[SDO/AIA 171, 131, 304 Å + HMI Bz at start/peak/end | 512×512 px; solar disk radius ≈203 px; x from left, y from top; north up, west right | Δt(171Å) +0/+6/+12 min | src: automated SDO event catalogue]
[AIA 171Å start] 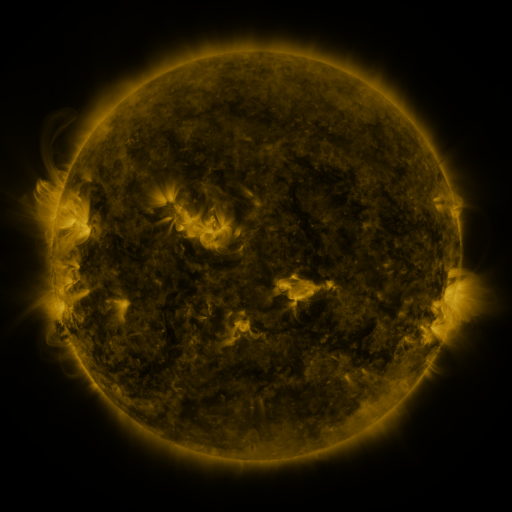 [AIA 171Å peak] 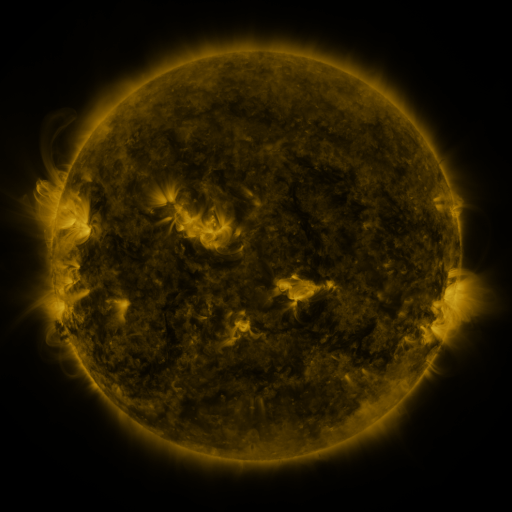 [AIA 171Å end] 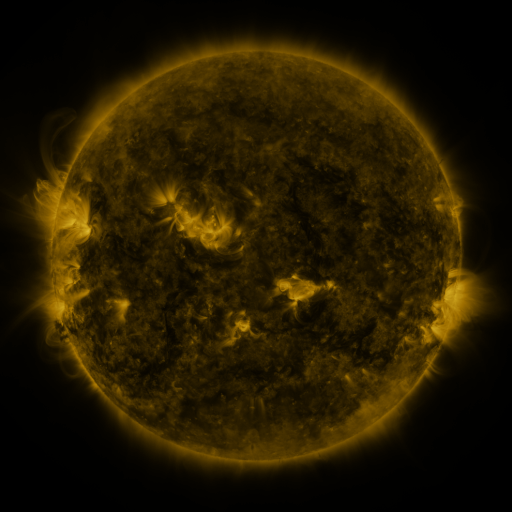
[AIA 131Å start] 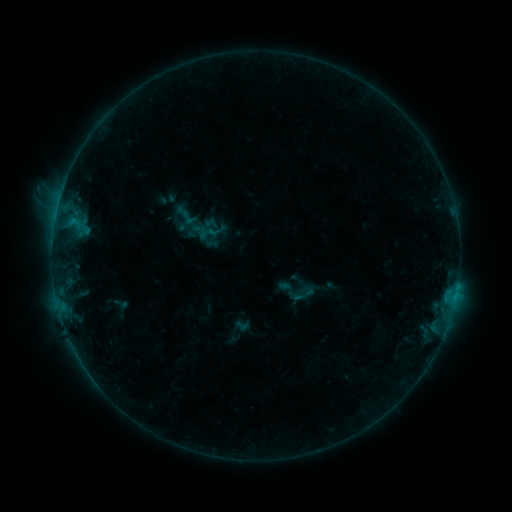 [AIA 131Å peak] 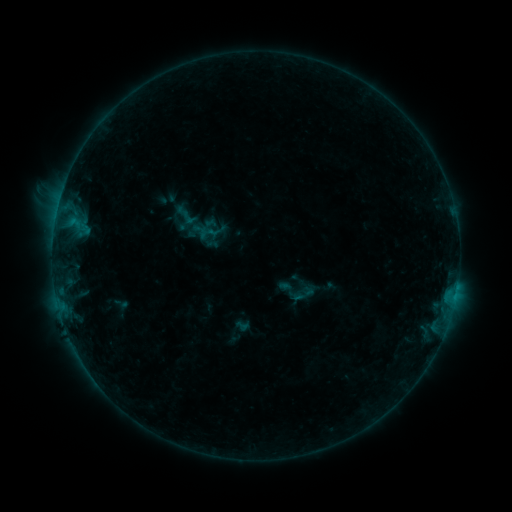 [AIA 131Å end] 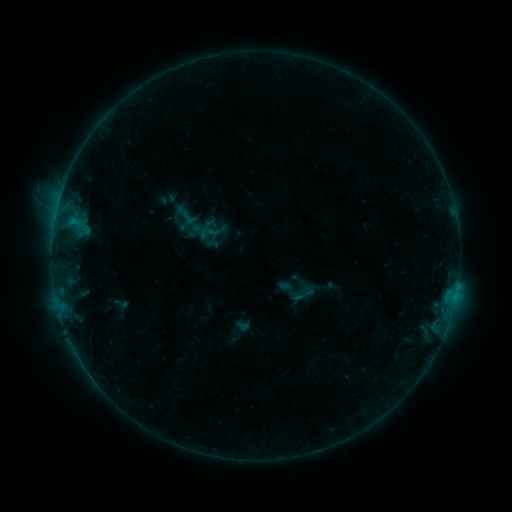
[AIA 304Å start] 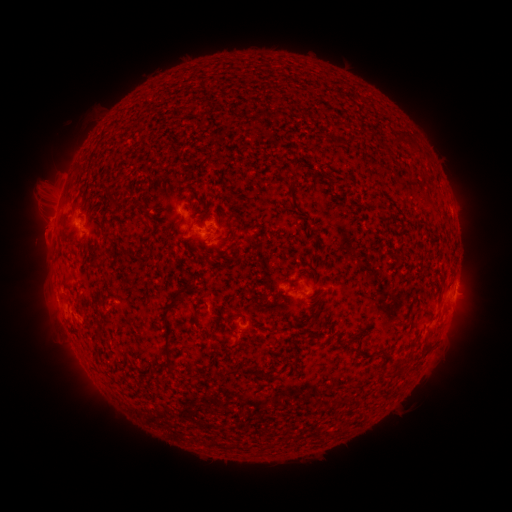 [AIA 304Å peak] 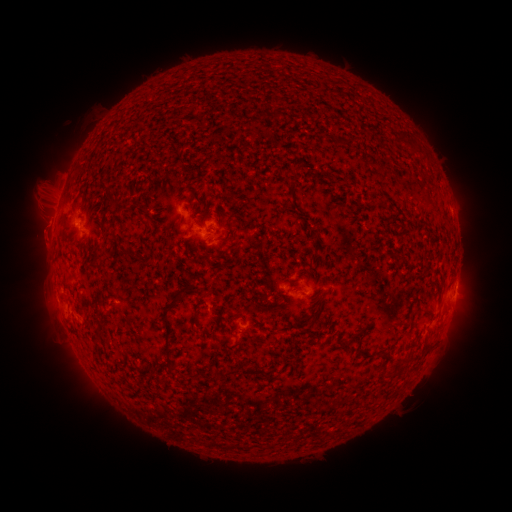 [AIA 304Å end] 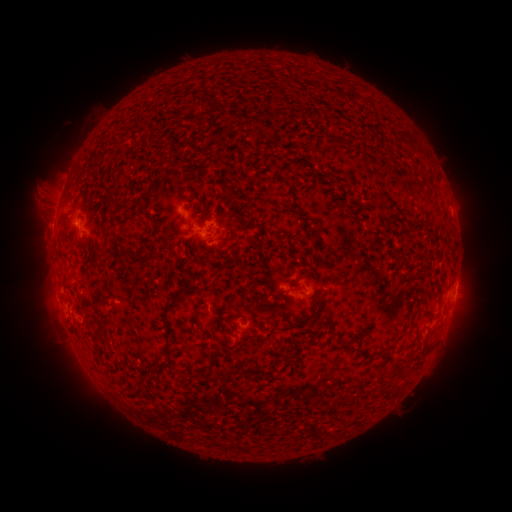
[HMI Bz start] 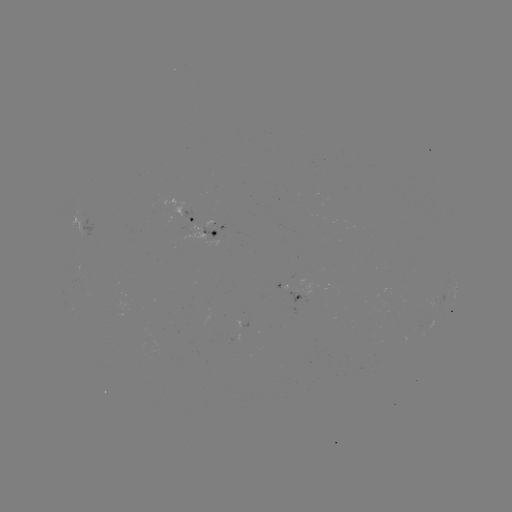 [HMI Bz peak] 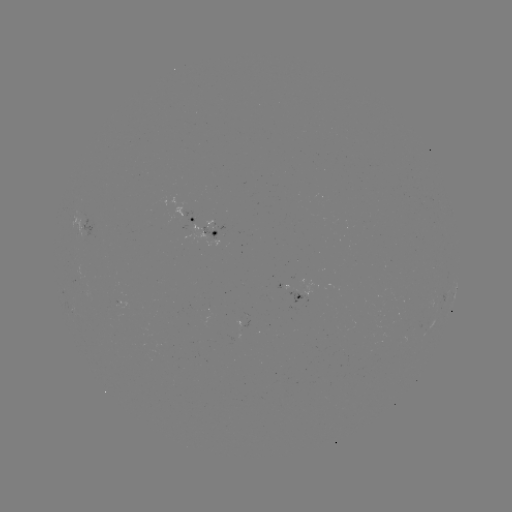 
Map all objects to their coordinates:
eruption: (43, 237)
